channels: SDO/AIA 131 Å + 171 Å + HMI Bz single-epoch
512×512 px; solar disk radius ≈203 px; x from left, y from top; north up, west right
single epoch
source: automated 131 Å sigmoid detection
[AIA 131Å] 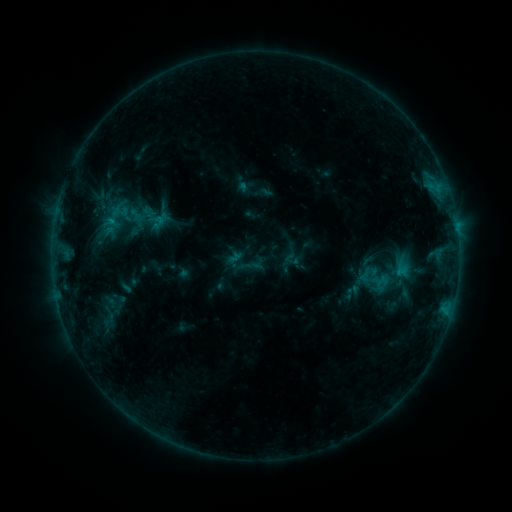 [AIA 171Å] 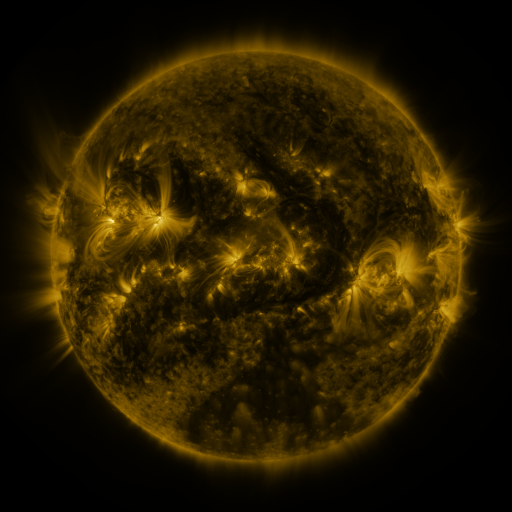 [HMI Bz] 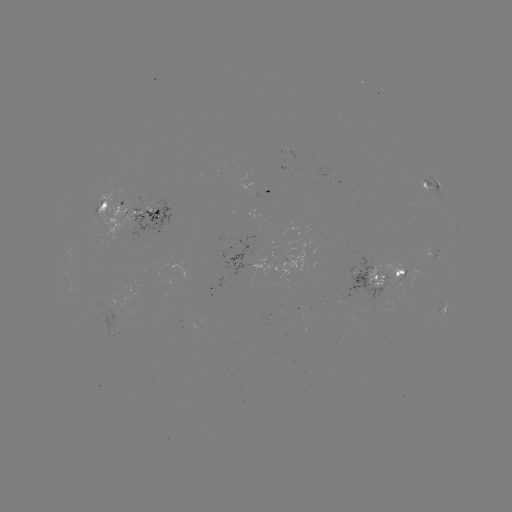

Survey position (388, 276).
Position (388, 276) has sigmoid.